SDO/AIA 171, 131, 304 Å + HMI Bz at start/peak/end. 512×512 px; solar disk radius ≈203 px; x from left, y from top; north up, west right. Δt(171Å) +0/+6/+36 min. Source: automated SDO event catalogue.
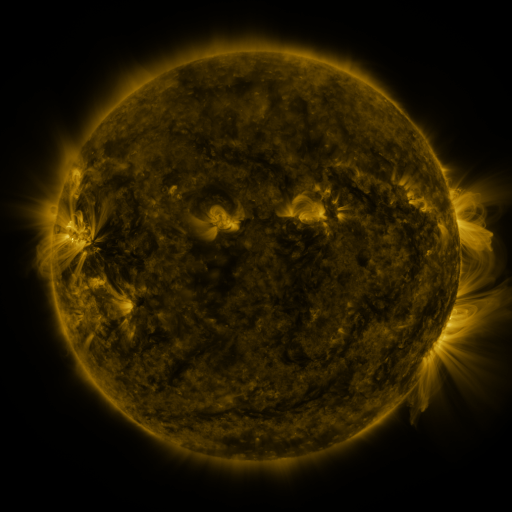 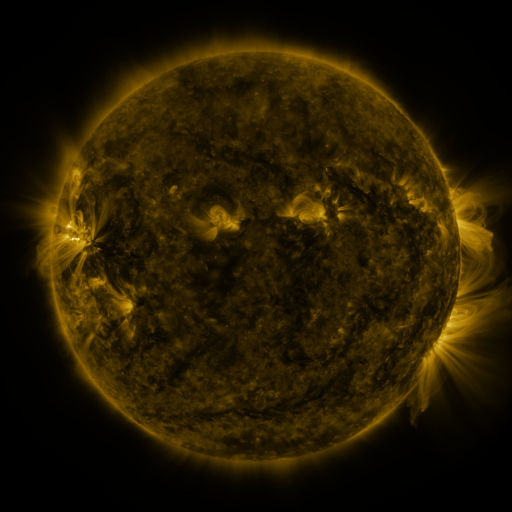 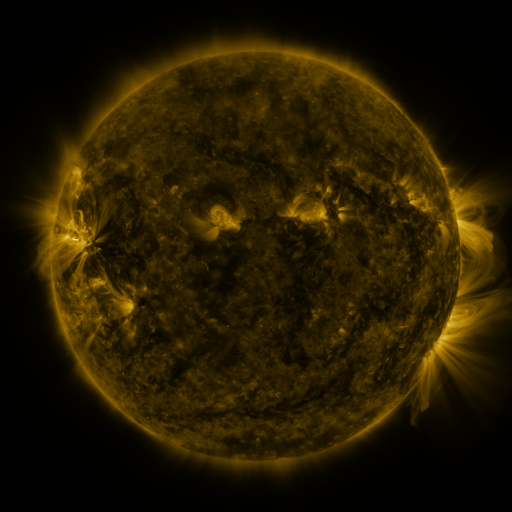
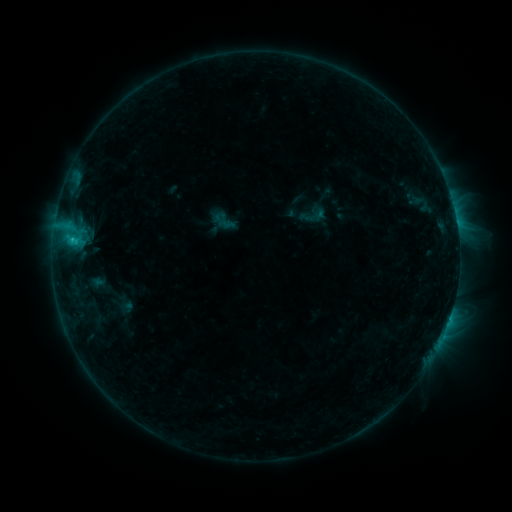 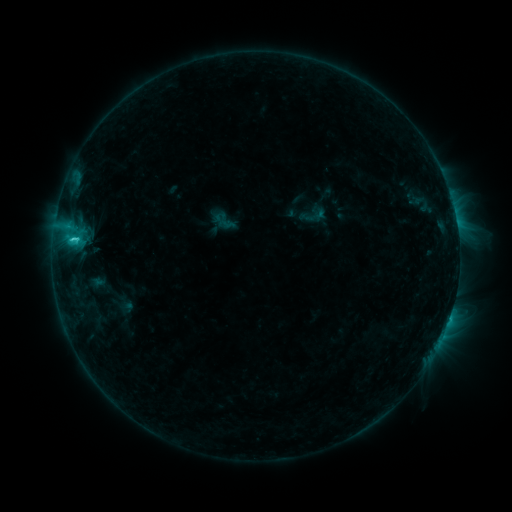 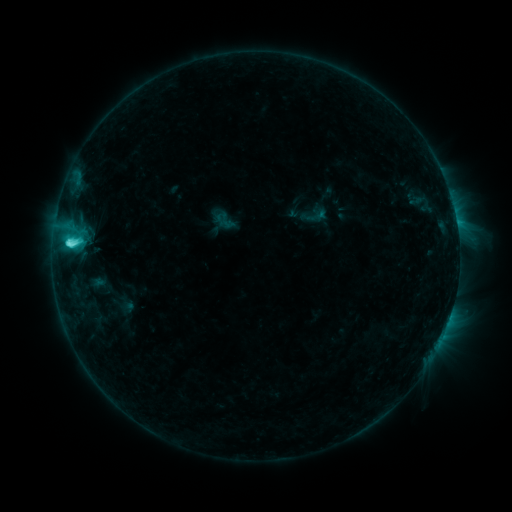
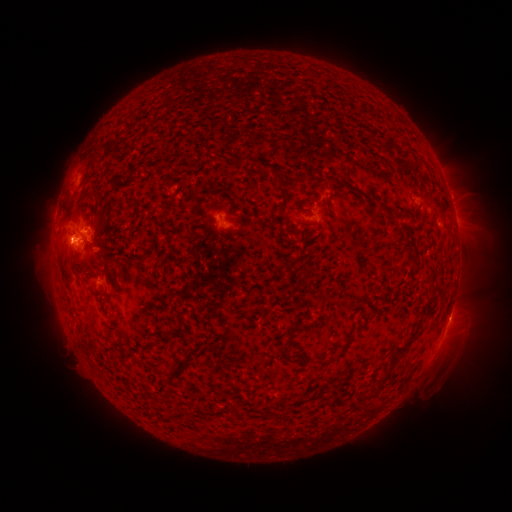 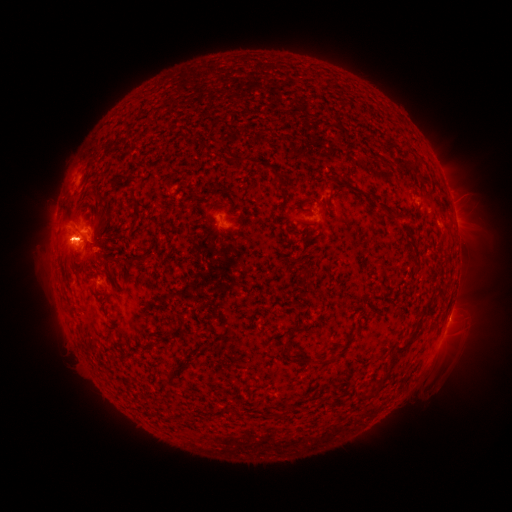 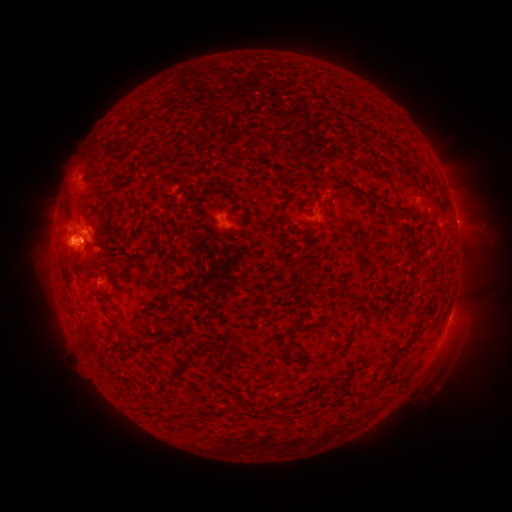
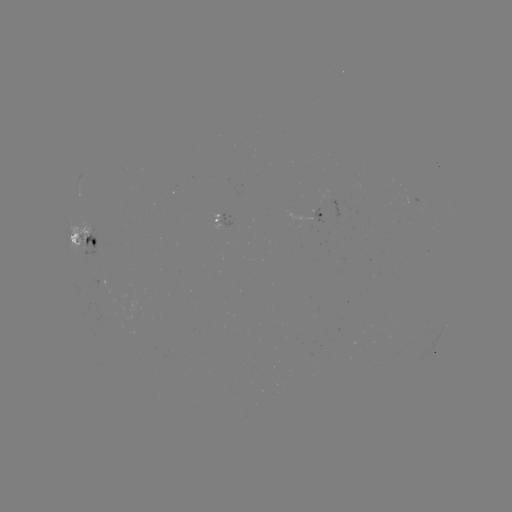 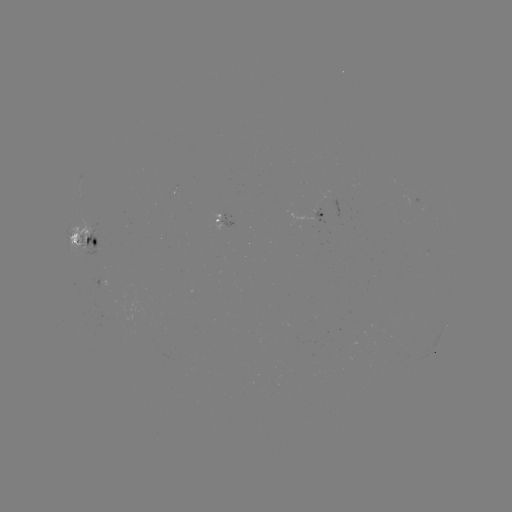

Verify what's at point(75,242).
C7.8 flare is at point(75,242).